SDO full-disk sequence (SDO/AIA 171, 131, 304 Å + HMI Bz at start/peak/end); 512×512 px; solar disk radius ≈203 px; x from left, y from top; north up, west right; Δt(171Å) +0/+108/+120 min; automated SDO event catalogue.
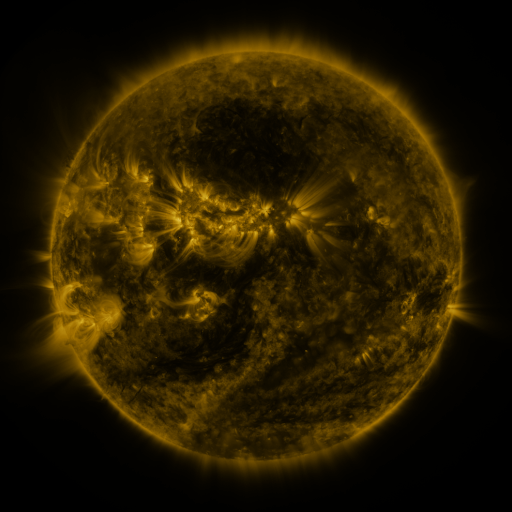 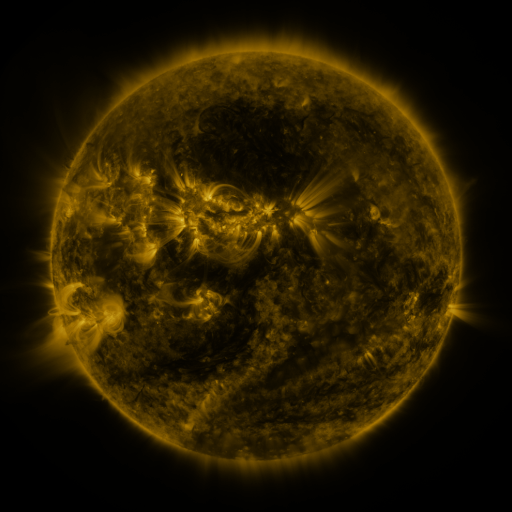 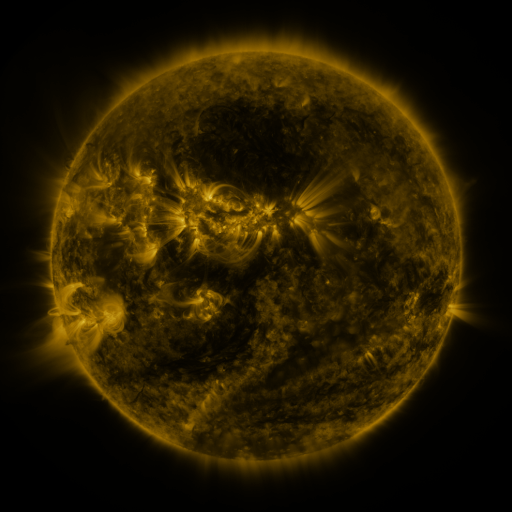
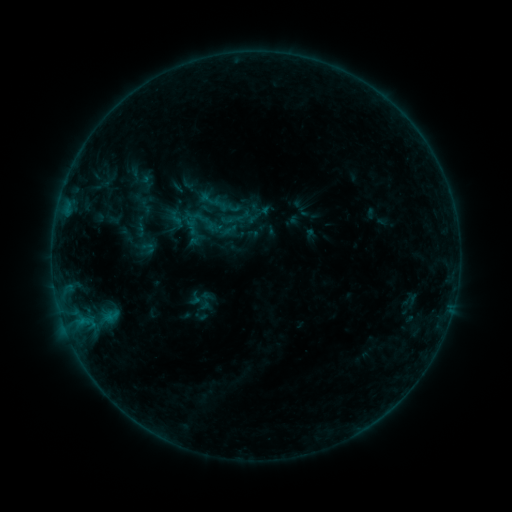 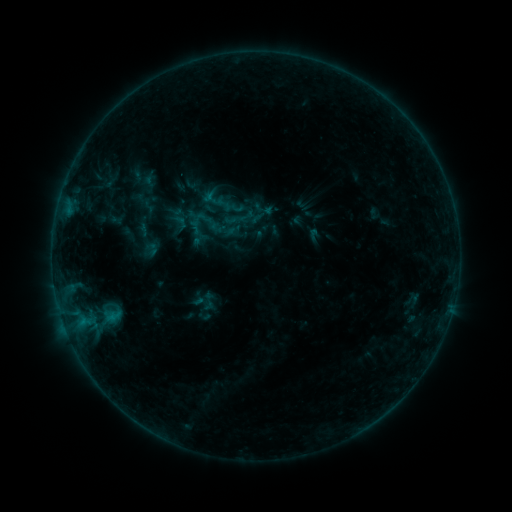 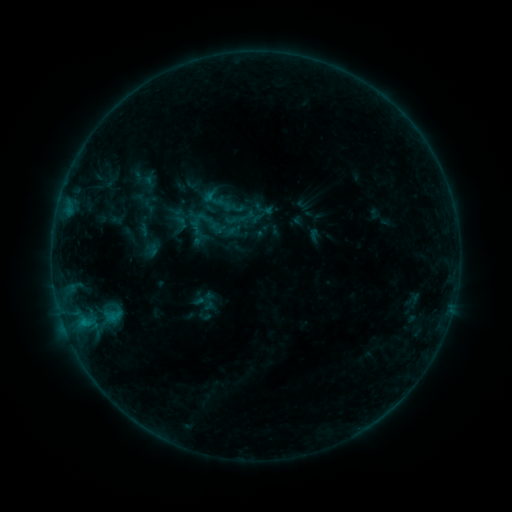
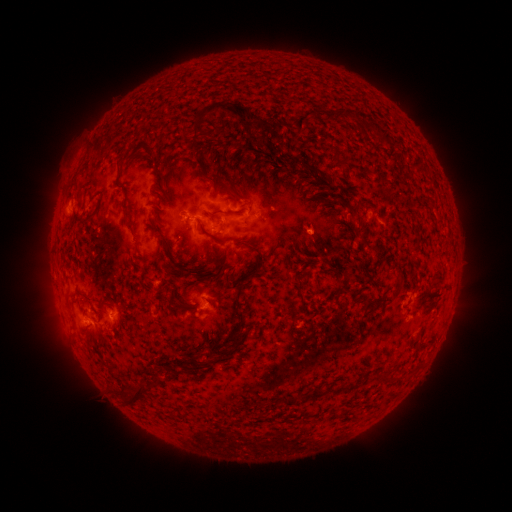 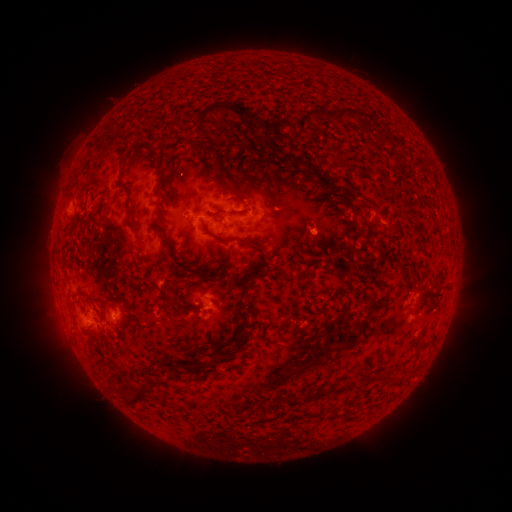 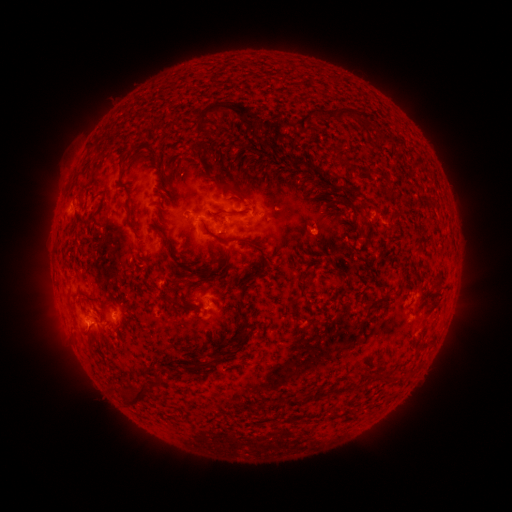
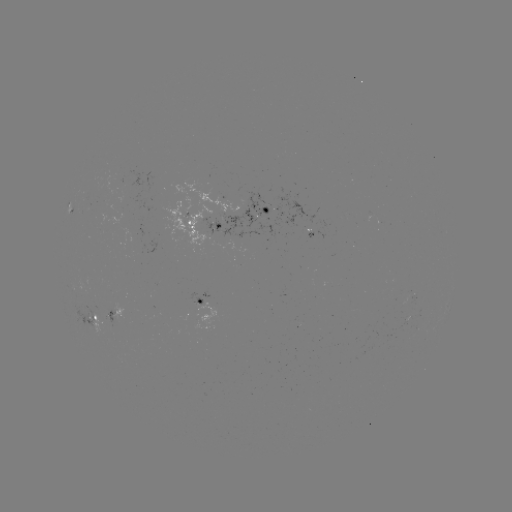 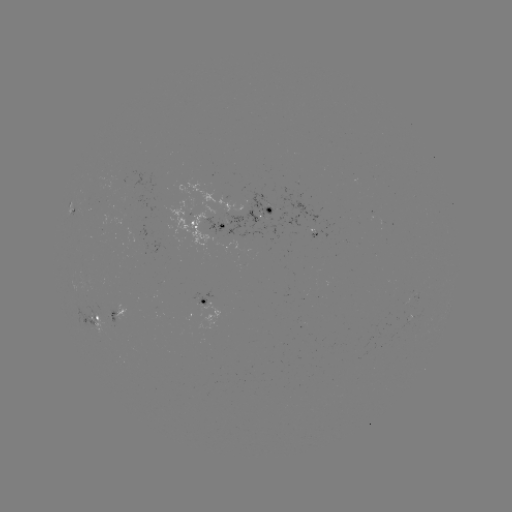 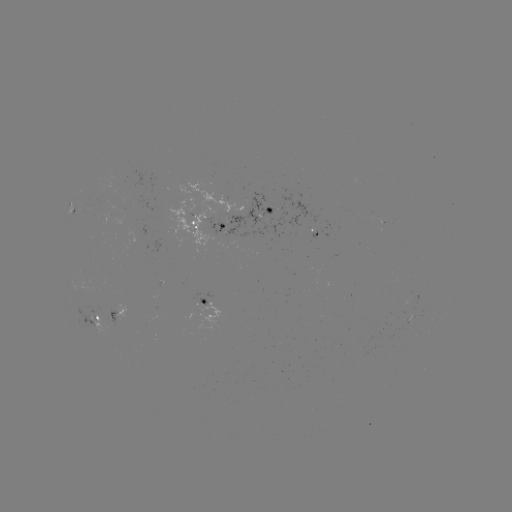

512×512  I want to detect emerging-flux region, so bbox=[102, 309, 119, 326].